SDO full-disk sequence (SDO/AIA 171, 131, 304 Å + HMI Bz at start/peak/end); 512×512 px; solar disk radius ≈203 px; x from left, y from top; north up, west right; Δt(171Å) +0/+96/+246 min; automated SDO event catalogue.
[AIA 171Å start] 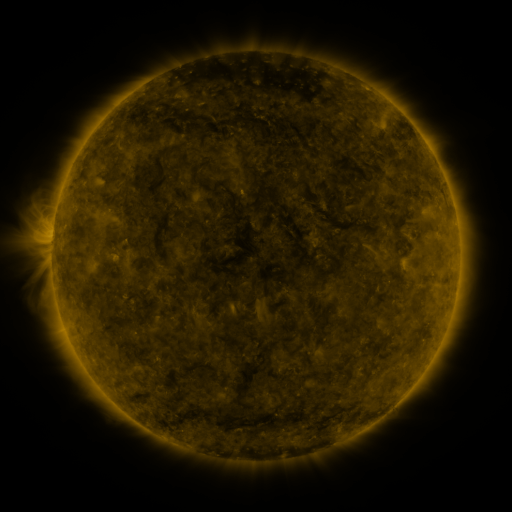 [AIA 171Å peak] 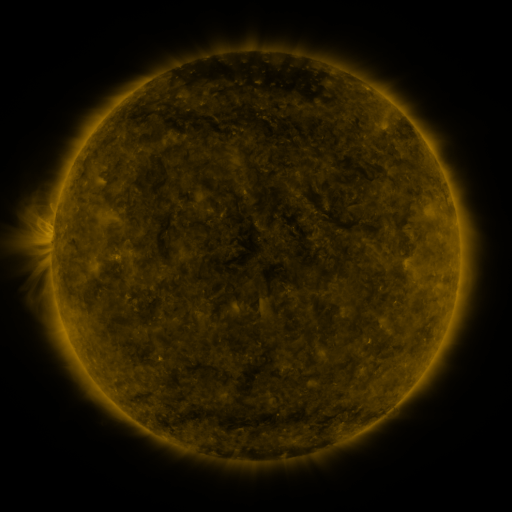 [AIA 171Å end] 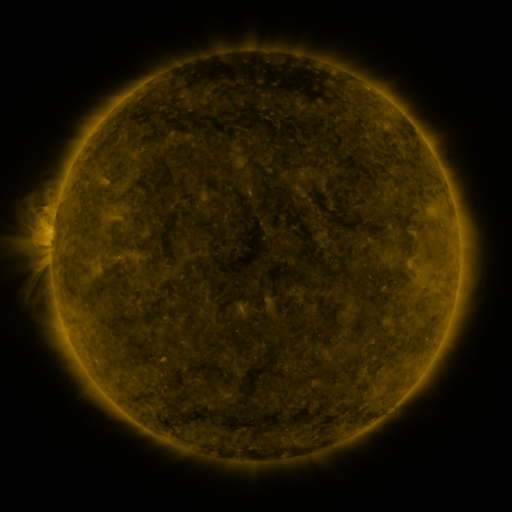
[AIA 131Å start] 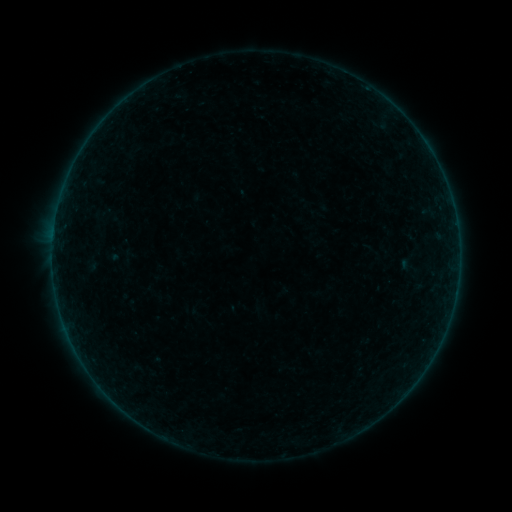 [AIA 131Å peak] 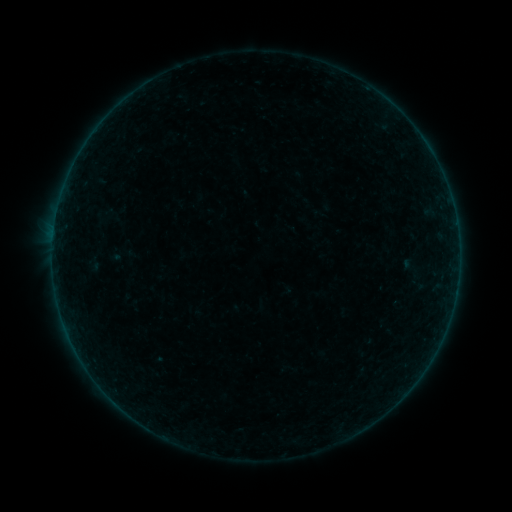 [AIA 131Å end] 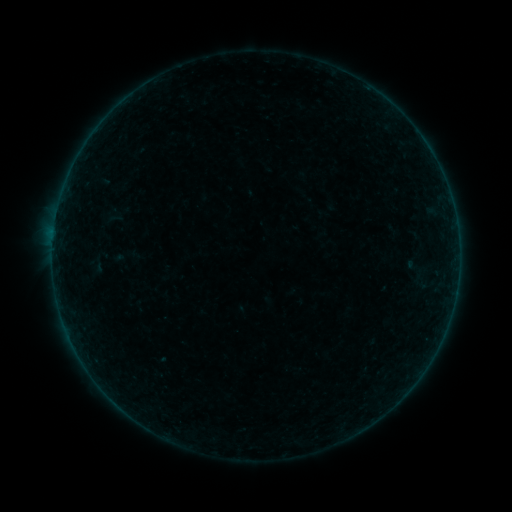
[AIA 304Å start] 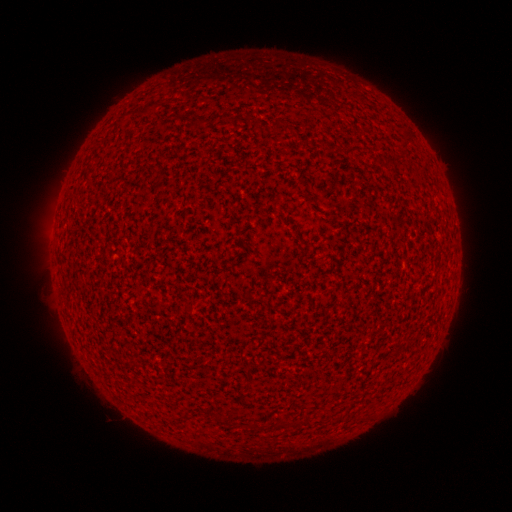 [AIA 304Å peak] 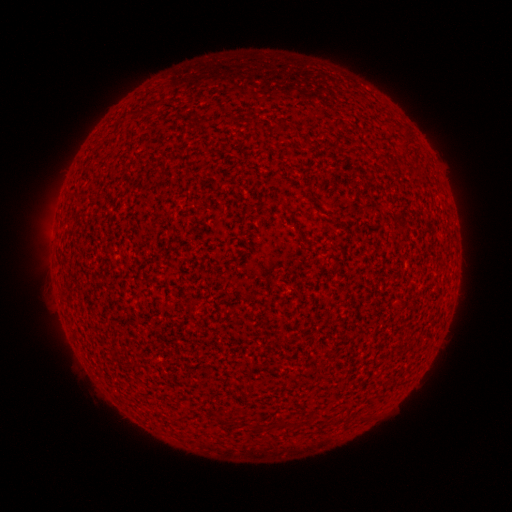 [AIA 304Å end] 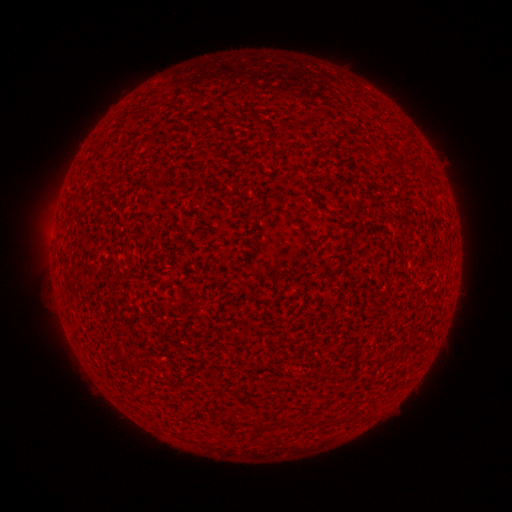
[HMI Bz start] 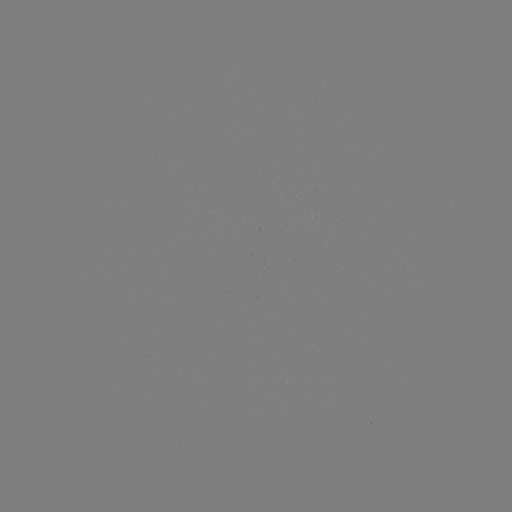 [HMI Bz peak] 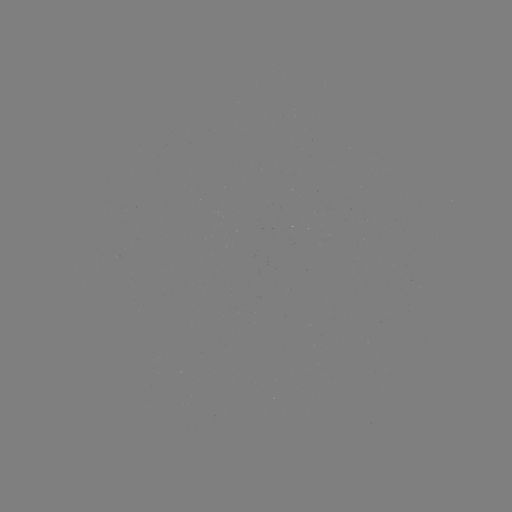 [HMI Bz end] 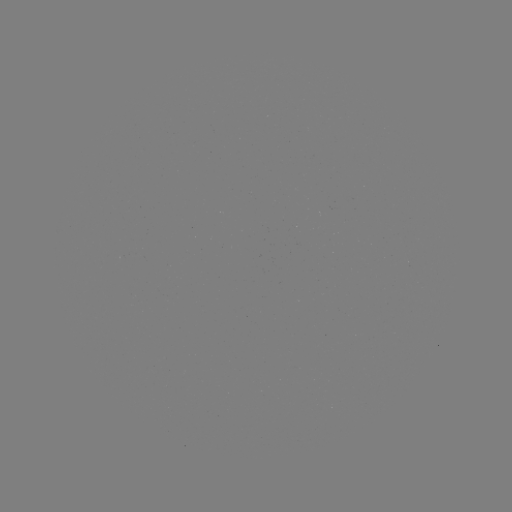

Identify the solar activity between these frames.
A3.7 flare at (52, 249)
